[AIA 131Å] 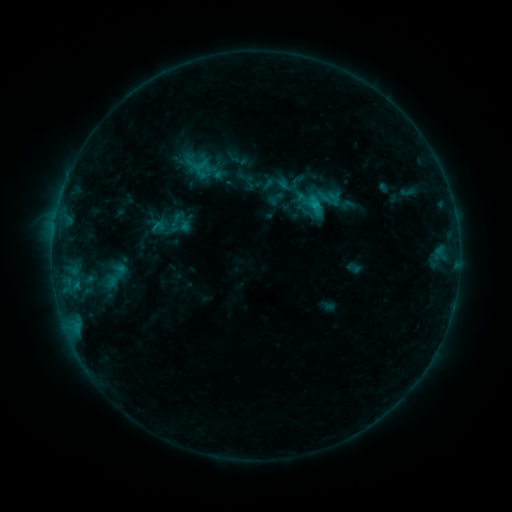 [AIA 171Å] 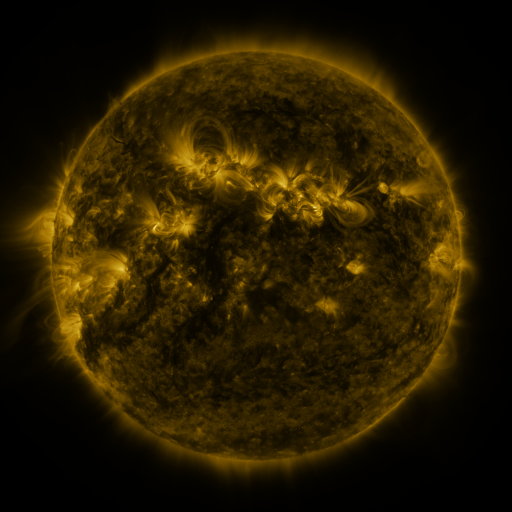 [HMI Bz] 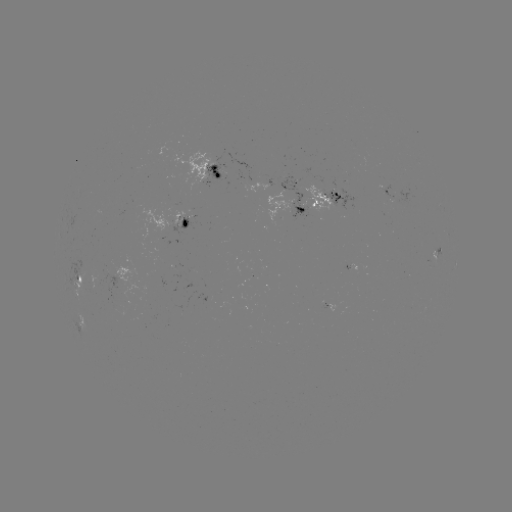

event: sigmoid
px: (181, 227)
